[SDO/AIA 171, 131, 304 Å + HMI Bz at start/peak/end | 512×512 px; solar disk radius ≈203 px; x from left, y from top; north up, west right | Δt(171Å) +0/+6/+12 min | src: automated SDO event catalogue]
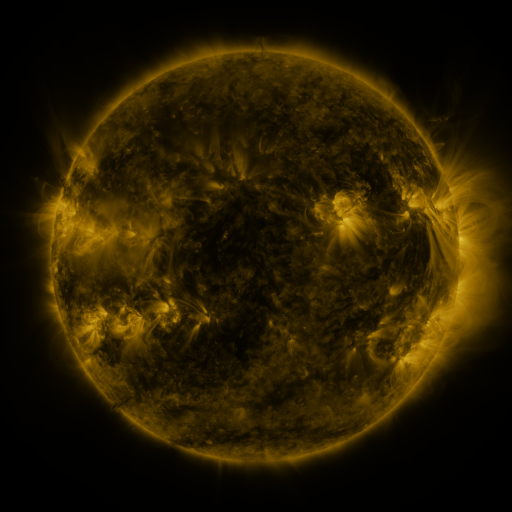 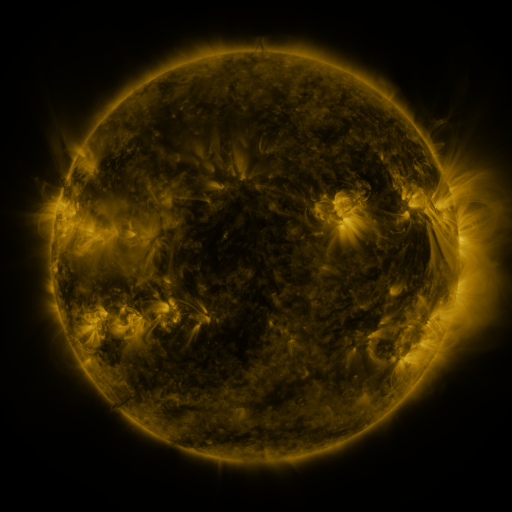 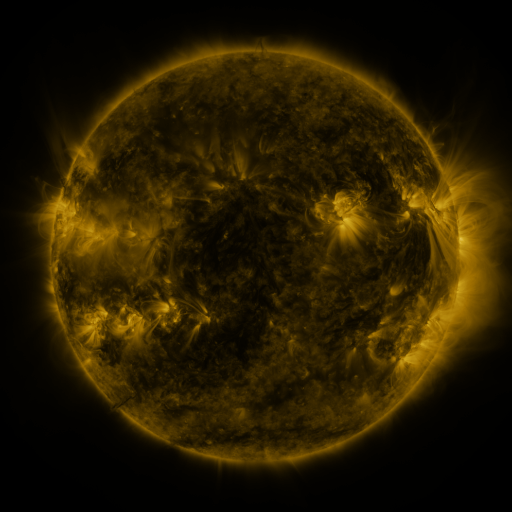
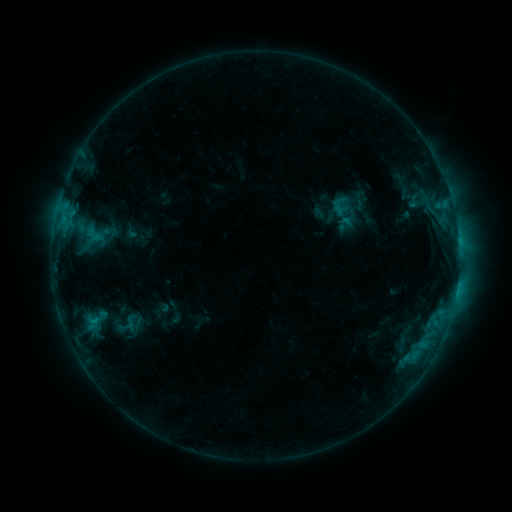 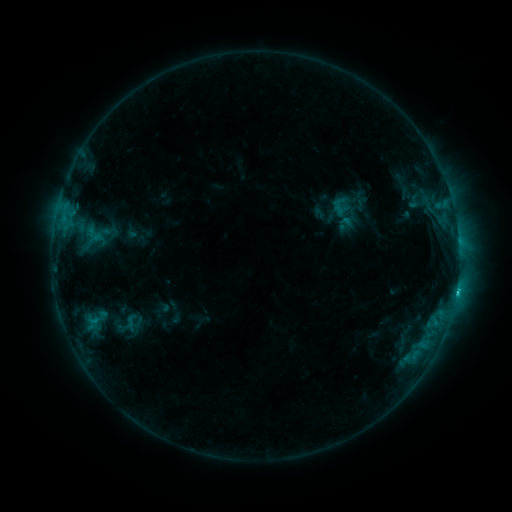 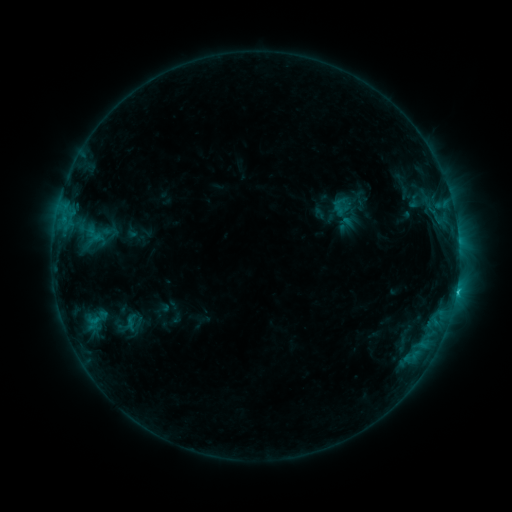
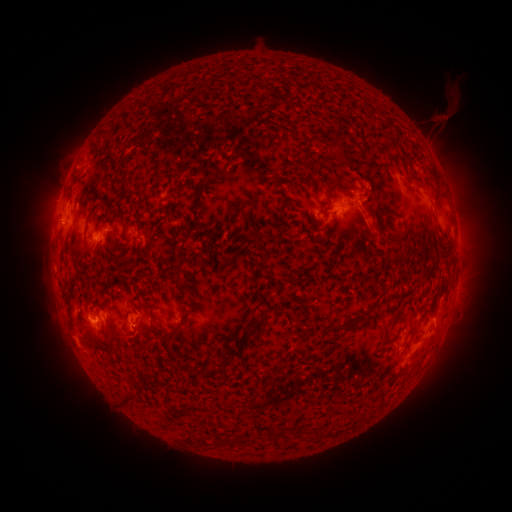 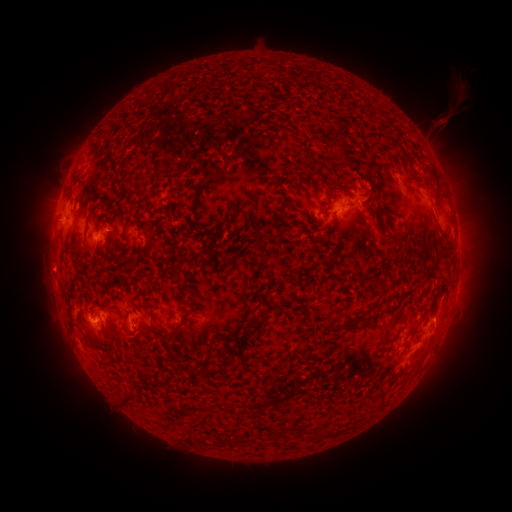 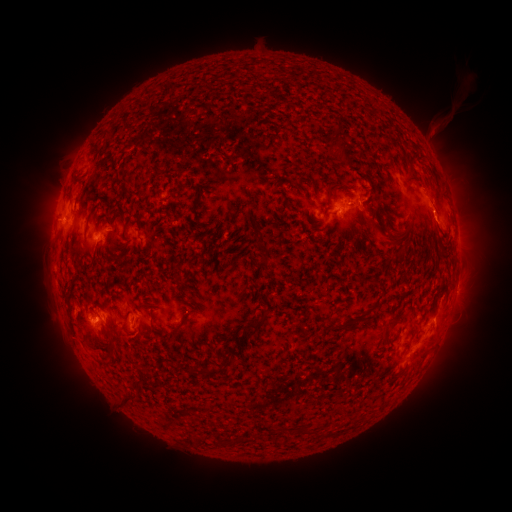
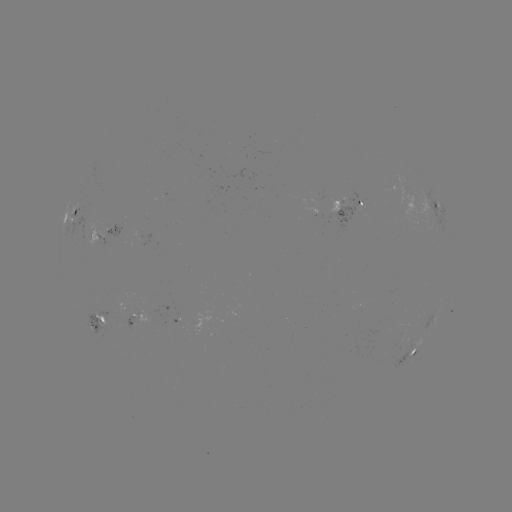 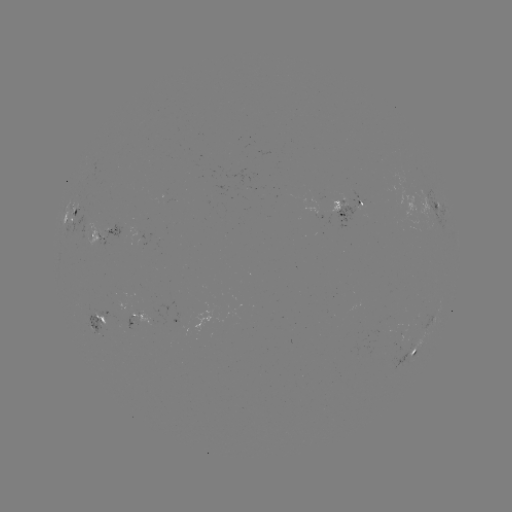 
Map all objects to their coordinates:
C1.5 flare: (456, 291)
